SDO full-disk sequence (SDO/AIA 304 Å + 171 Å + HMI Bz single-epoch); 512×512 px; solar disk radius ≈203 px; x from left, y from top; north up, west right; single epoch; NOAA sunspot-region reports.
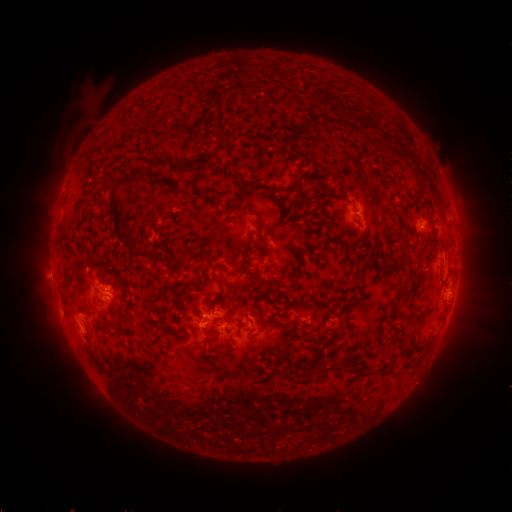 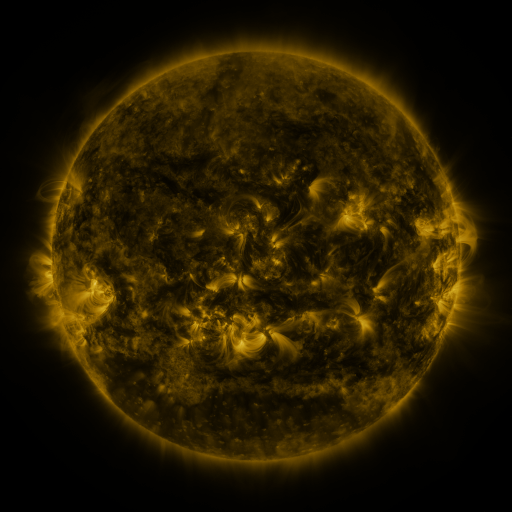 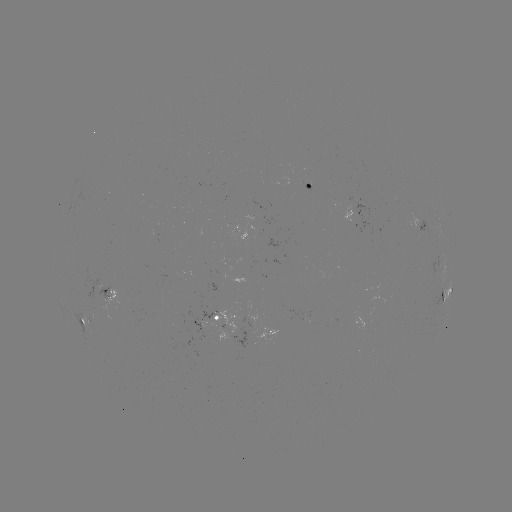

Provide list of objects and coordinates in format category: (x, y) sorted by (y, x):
spotted active region: (312, 184)
spotted active region: (421, 222)
spotted active region: (114, 291)
spotted active region: (447, 295)
spotted active region: (232, 313)
spotted active region: (87, 321)
spotted active region: (278, 330)
